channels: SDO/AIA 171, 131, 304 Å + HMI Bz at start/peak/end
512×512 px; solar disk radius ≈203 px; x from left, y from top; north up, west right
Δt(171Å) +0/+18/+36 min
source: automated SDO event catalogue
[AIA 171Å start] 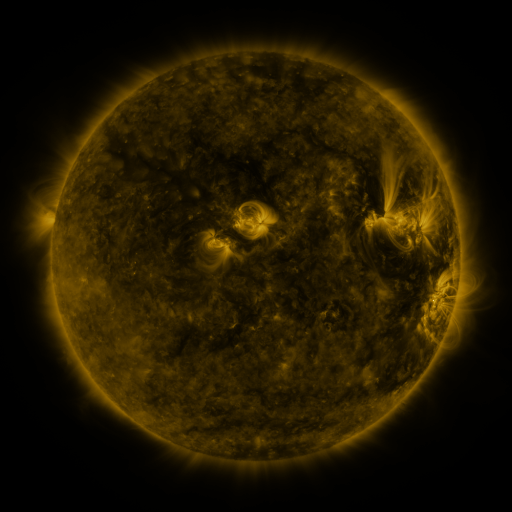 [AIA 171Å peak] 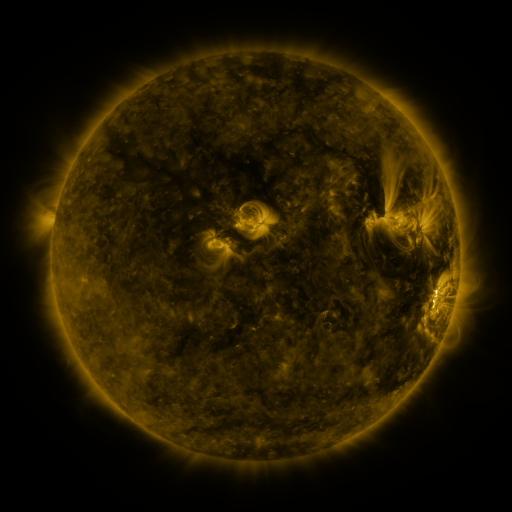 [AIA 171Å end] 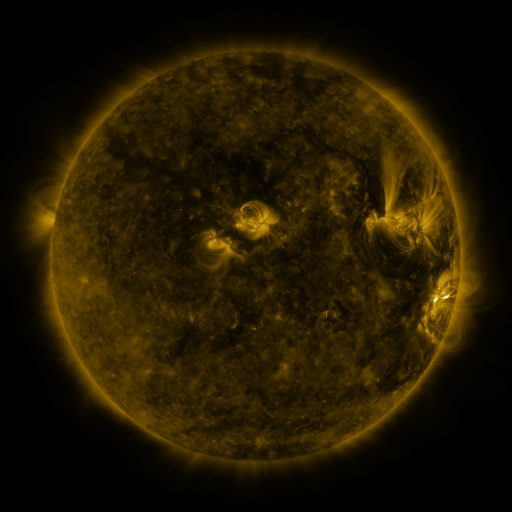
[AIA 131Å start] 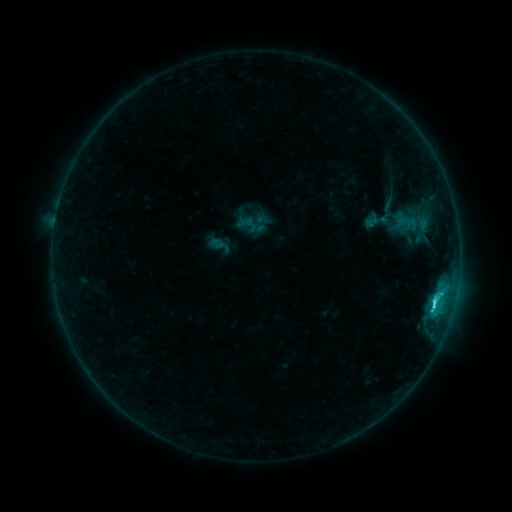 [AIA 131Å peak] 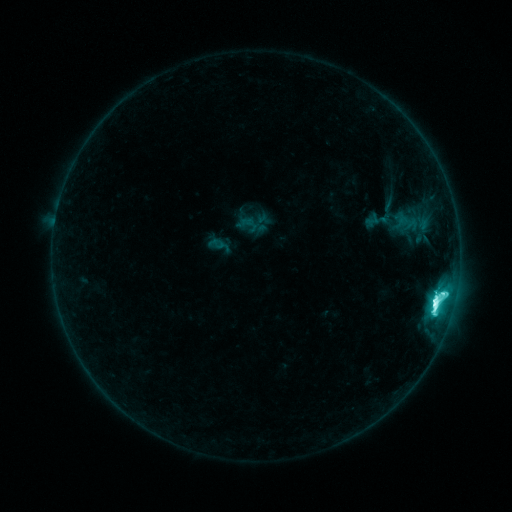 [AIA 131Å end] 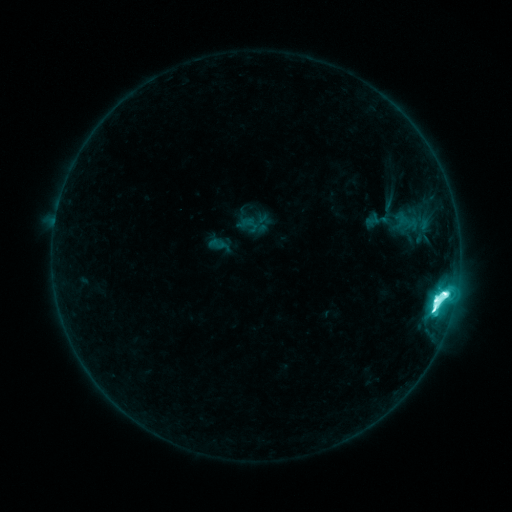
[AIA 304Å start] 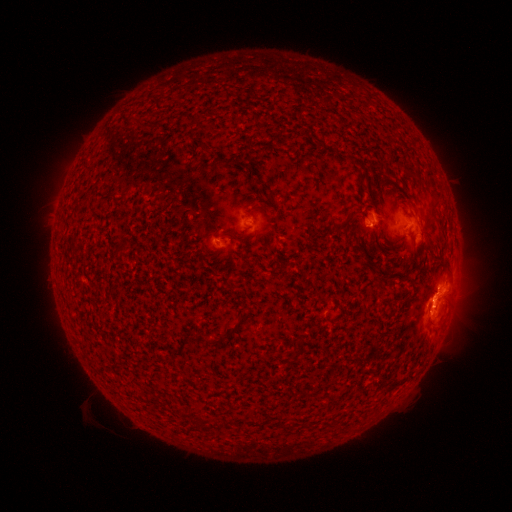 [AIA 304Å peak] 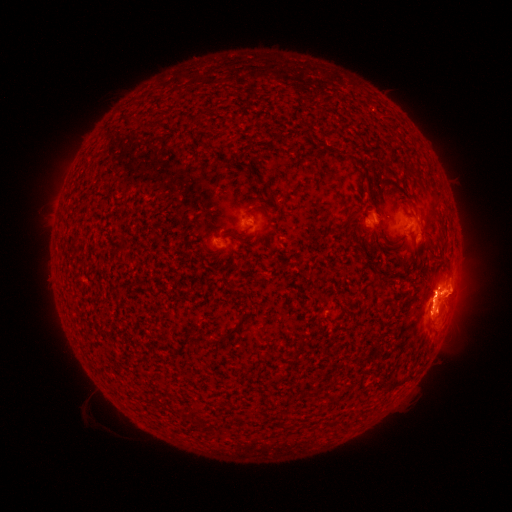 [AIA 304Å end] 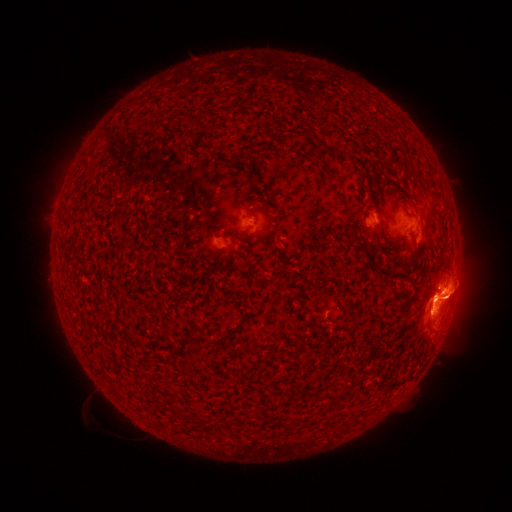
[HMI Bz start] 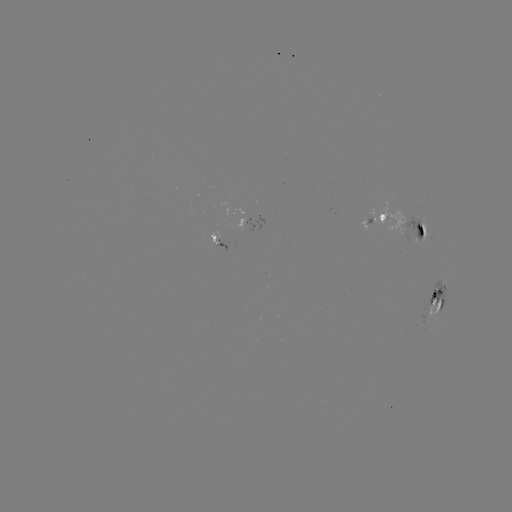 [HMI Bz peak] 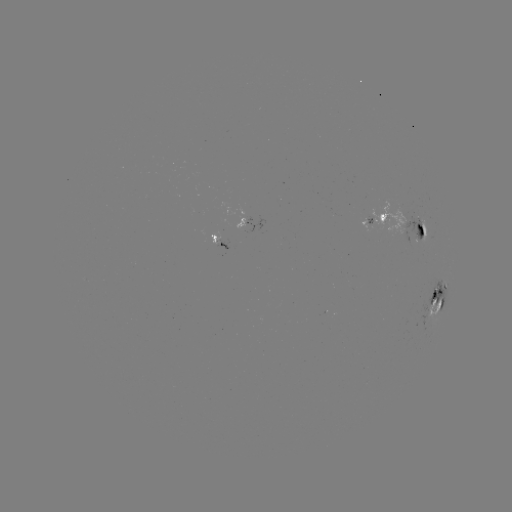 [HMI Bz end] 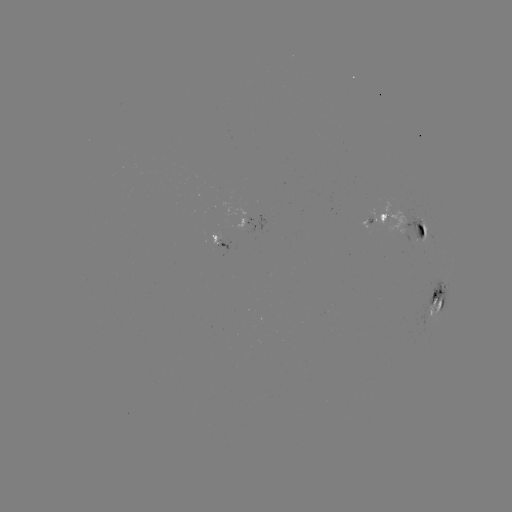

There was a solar eruption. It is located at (460, 291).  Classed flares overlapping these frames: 1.